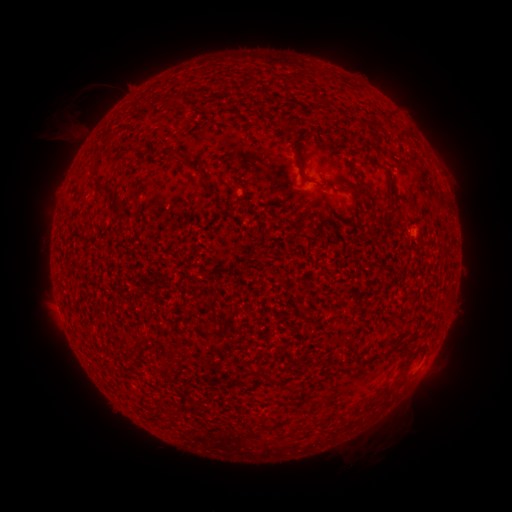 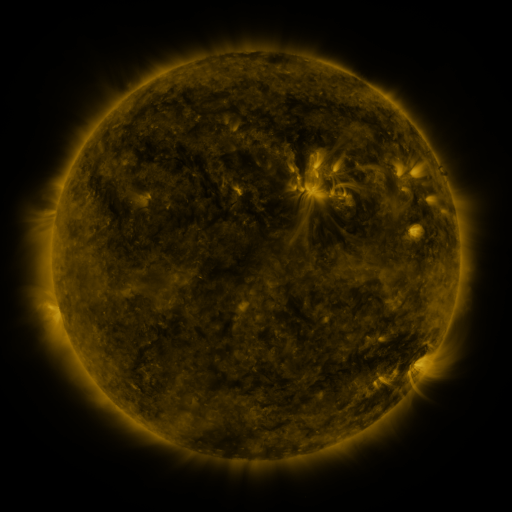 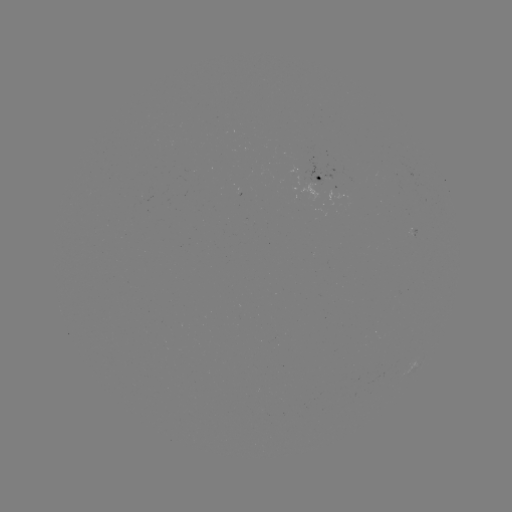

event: spotted active region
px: (322, 175)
